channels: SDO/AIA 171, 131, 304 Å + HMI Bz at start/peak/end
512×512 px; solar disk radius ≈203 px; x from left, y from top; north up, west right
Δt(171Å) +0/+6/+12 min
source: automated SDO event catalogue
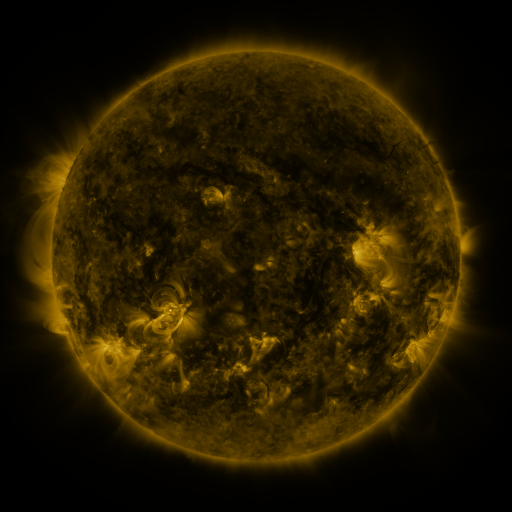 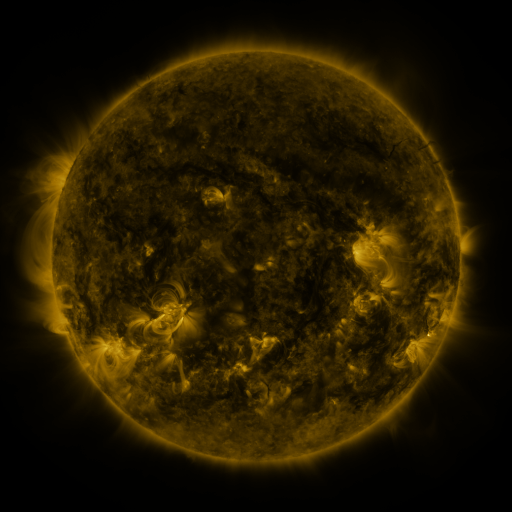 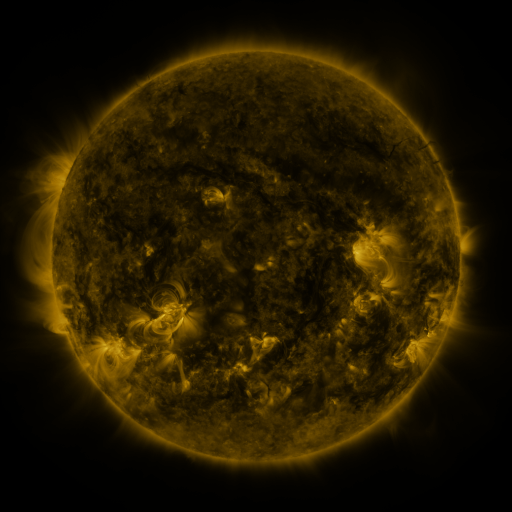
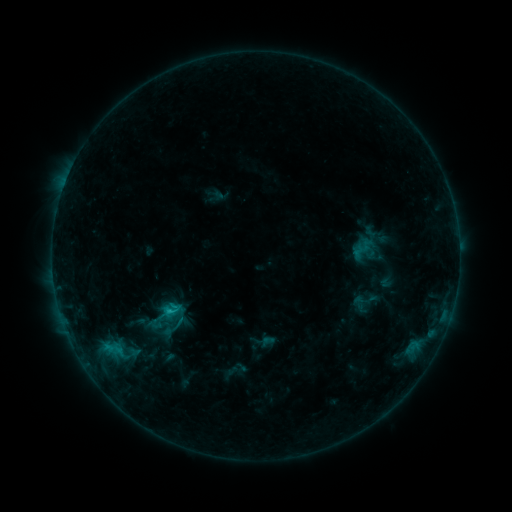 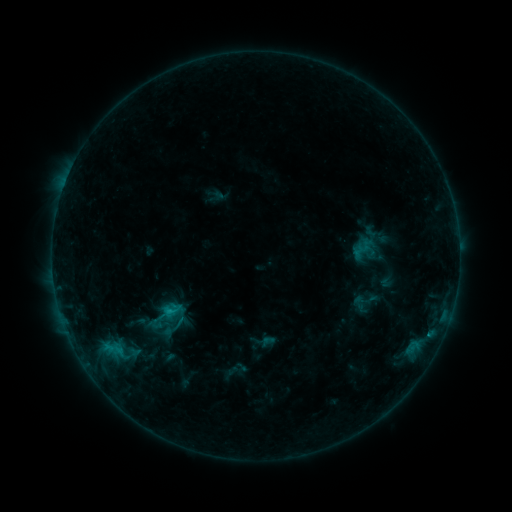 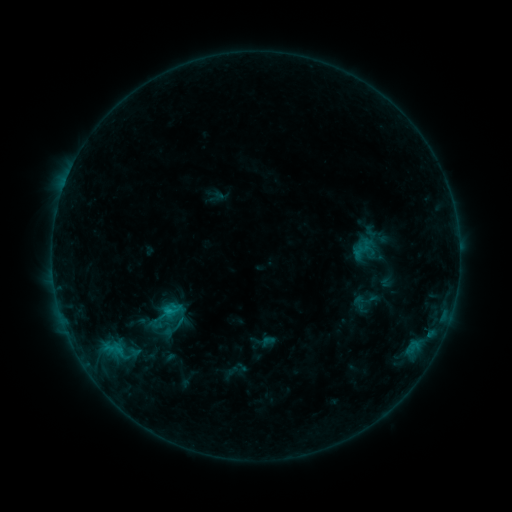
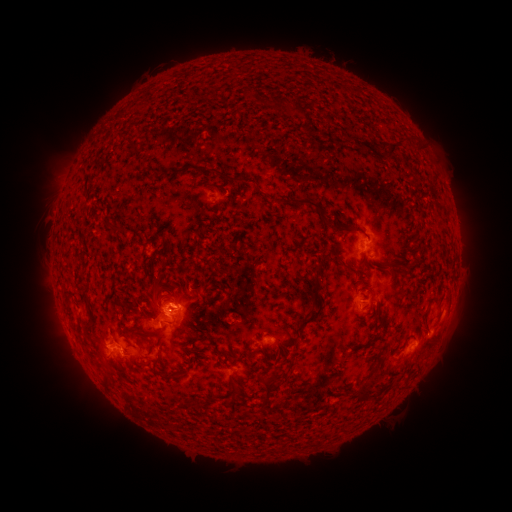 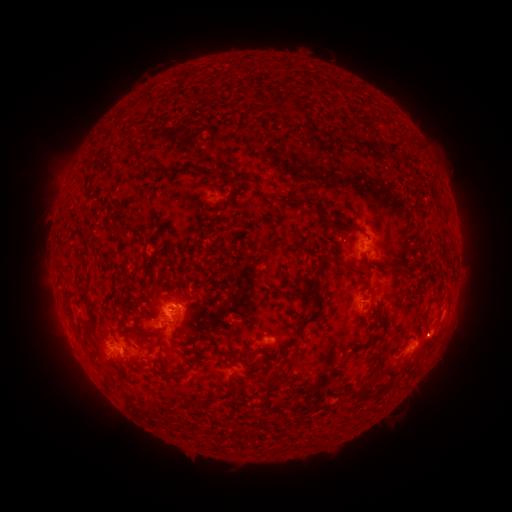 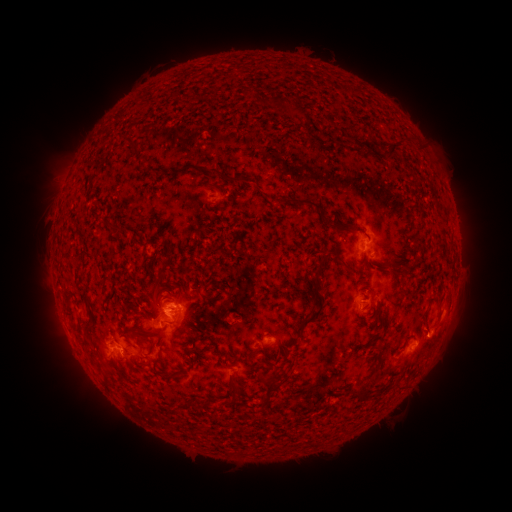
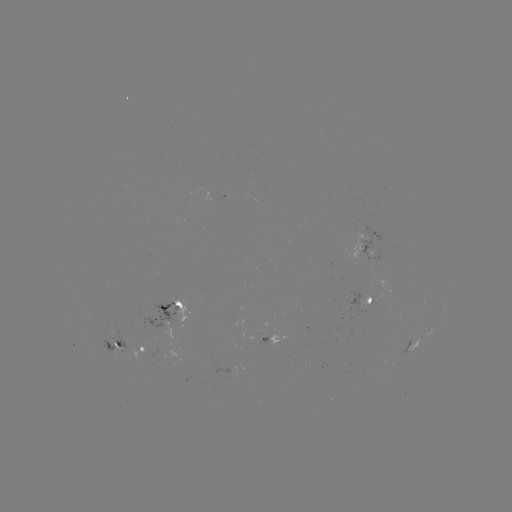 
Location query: eruption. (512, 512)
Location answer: [437, 339].